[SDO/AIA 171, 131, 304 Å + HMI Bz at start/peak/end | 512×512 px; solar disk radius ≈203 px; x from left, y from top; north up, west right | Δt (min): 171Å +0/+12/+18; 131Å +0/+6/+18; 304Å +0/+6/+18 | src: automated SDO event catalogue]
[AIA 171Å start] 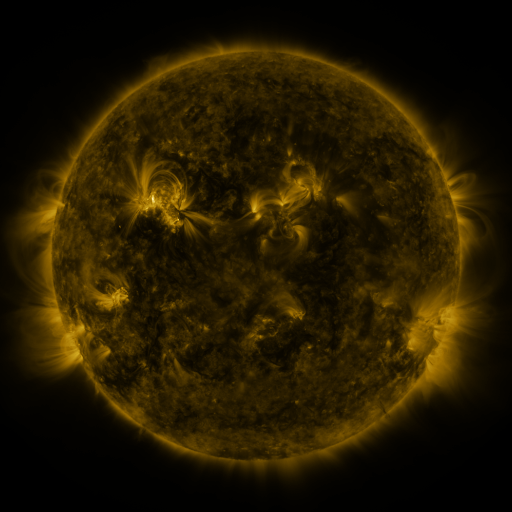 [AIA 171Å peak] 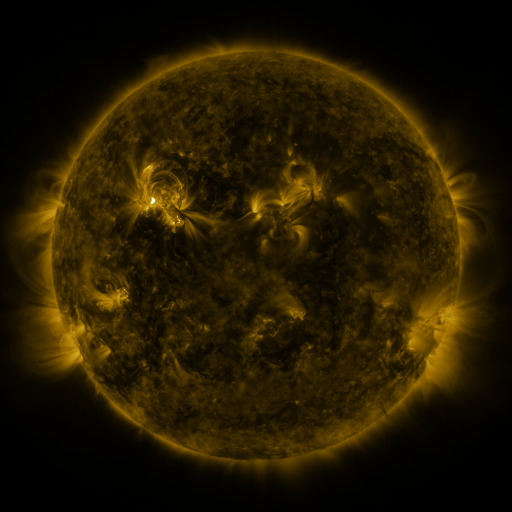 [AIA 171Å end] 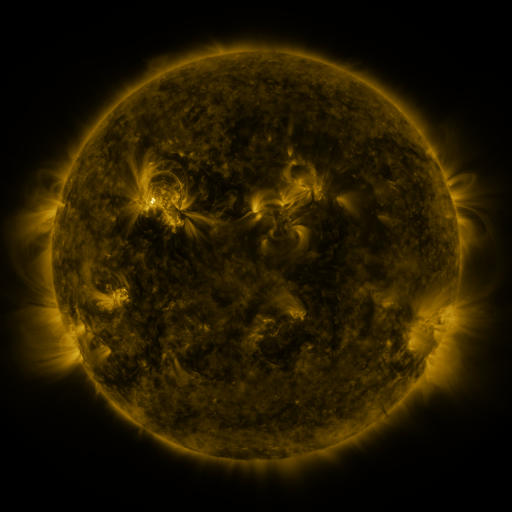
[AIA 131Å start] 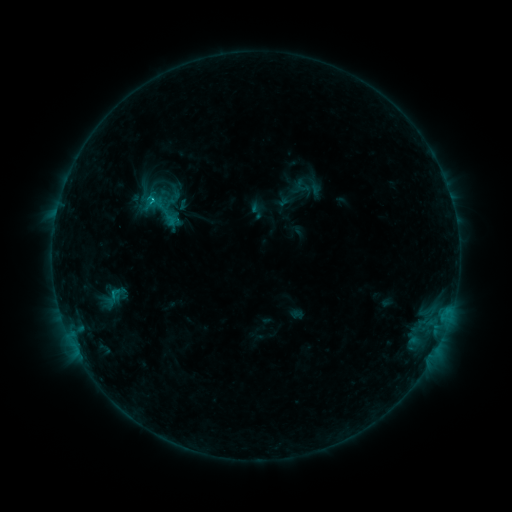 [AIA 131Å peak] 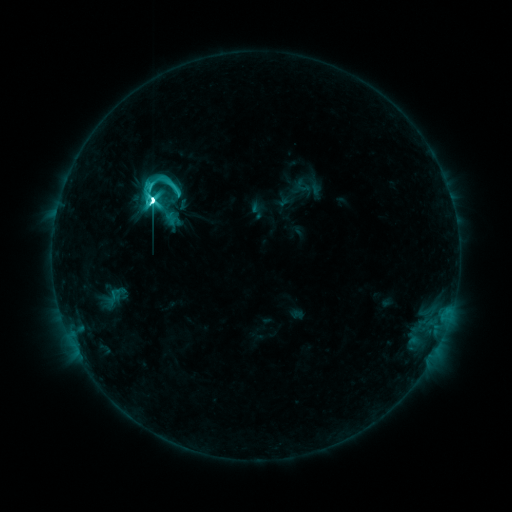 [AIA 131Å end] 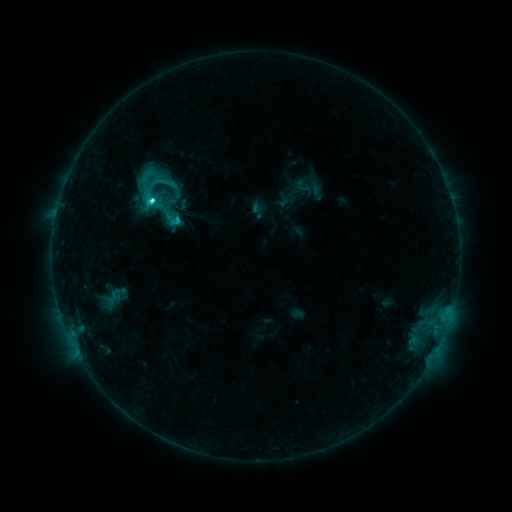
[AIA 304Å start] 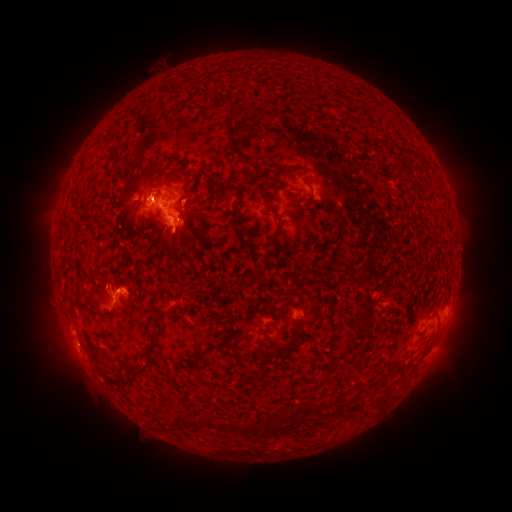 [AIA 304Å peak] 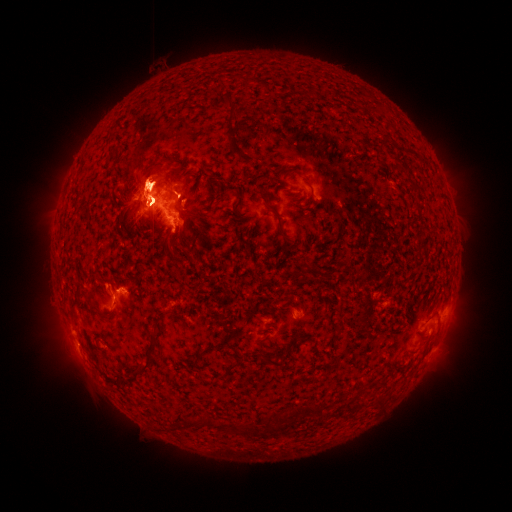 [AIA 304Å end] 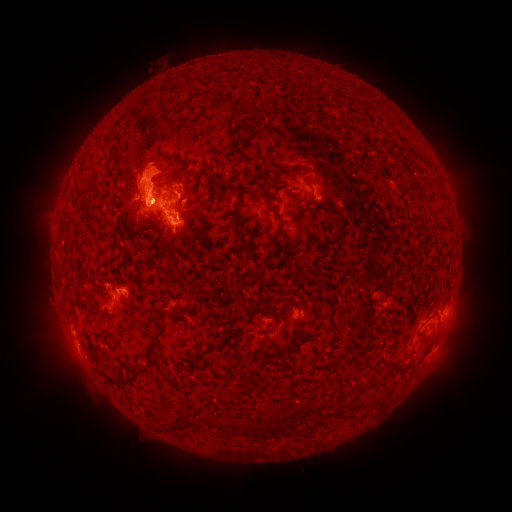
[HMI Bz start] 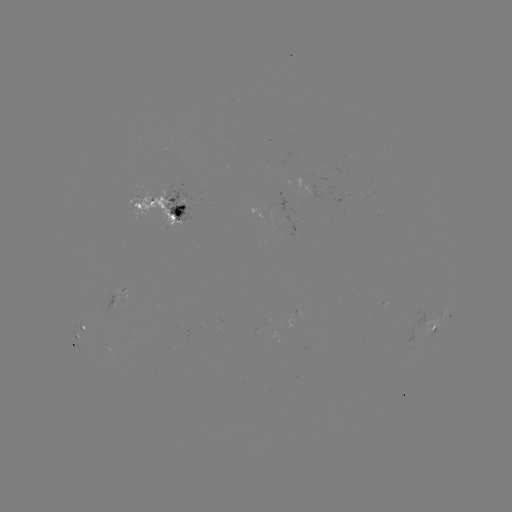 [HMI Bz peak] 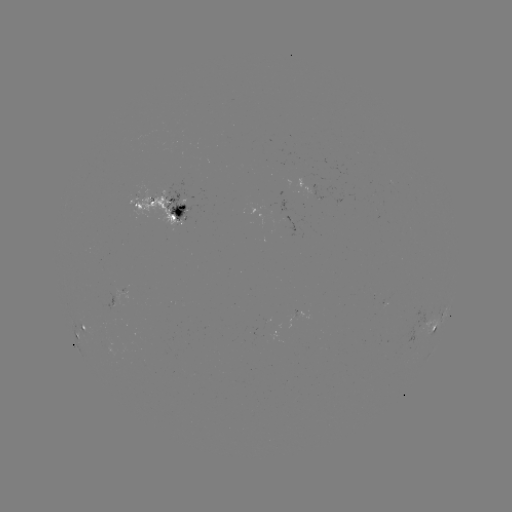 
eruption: [402, 287, 483, 381]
